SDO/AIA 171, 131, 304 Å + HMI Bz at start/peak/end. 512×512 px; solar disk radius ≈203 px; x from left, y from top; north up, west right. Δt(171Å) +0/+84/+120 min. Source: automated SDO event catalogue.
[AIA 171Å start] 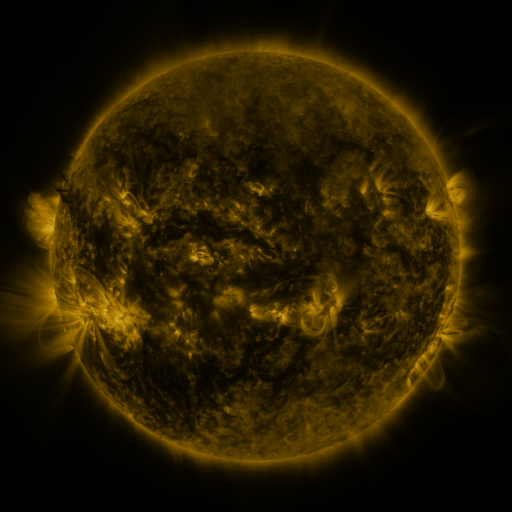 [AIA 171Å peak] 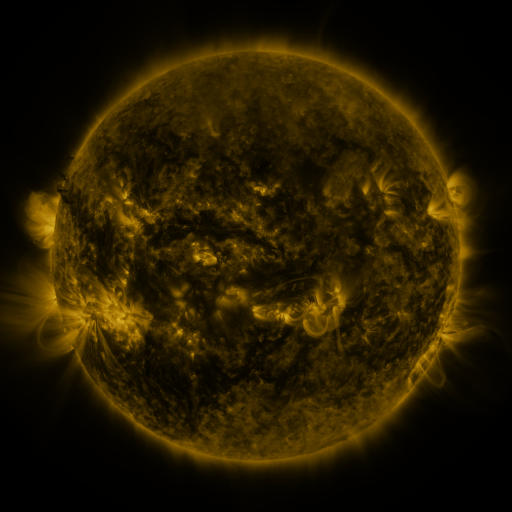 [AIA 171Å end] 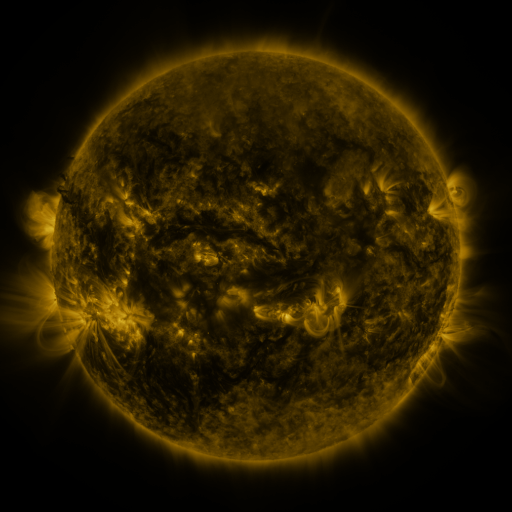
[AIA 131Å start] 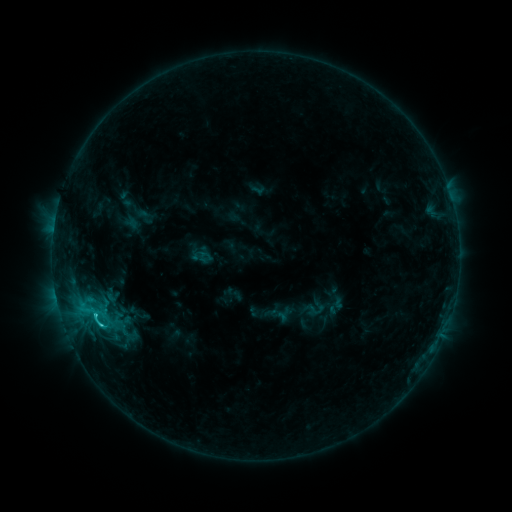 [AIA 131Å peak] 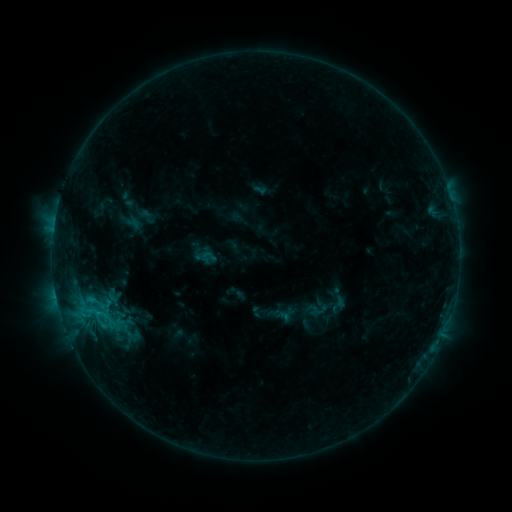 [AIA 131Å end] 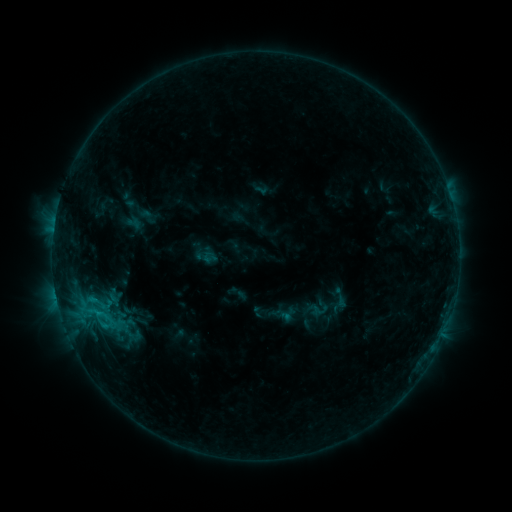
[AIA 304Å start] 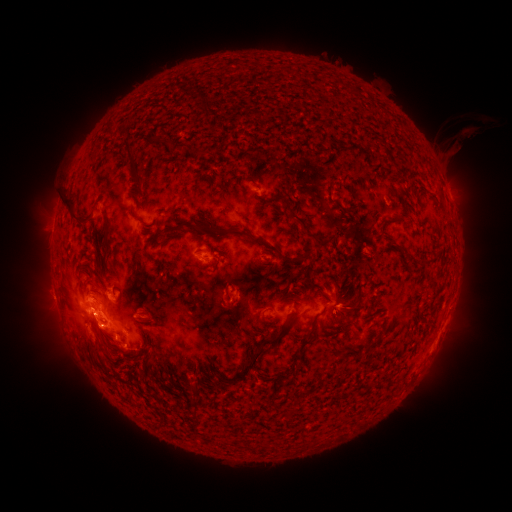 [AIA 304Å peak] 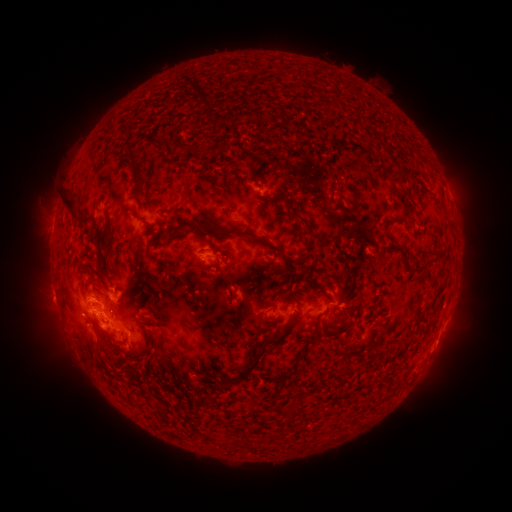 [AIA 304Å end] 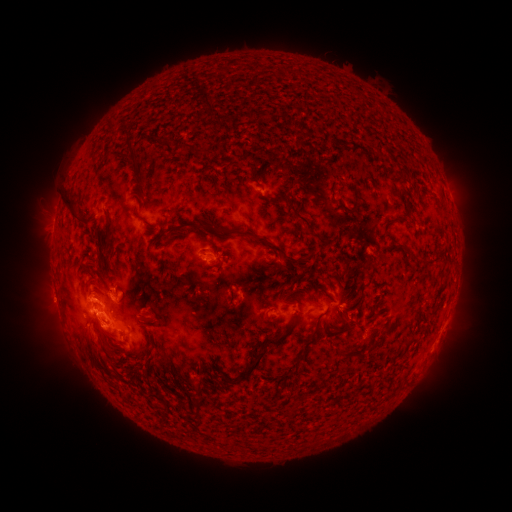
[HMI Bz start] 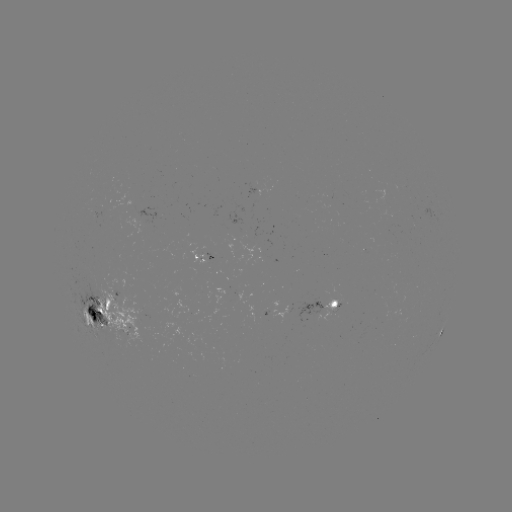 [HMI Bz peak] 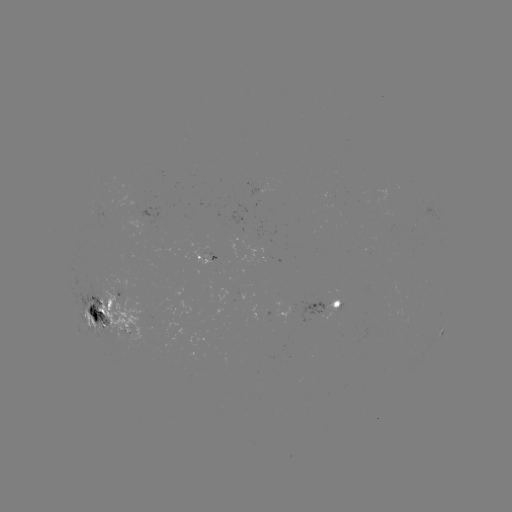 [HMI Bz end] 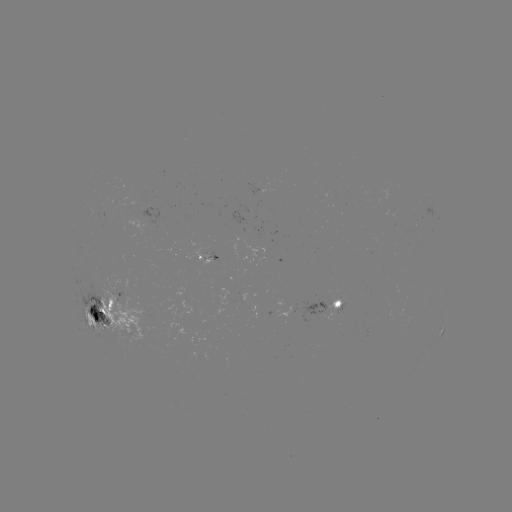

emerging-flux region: <bbox>326, 298, 345, 311</bbox>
